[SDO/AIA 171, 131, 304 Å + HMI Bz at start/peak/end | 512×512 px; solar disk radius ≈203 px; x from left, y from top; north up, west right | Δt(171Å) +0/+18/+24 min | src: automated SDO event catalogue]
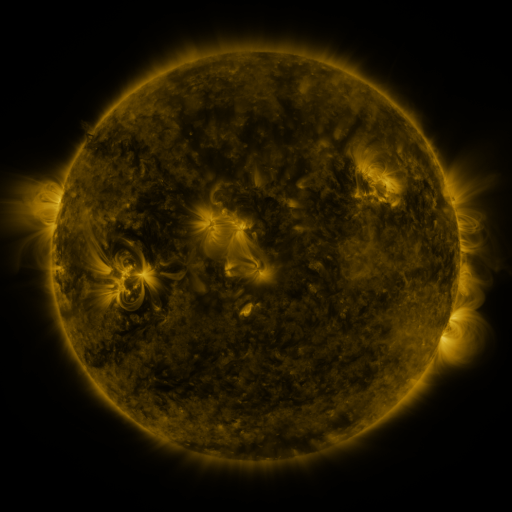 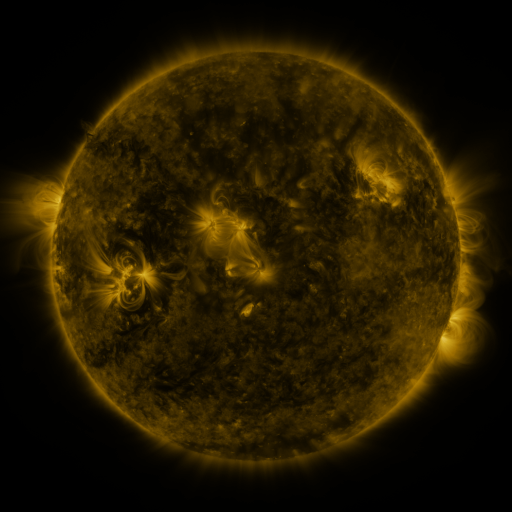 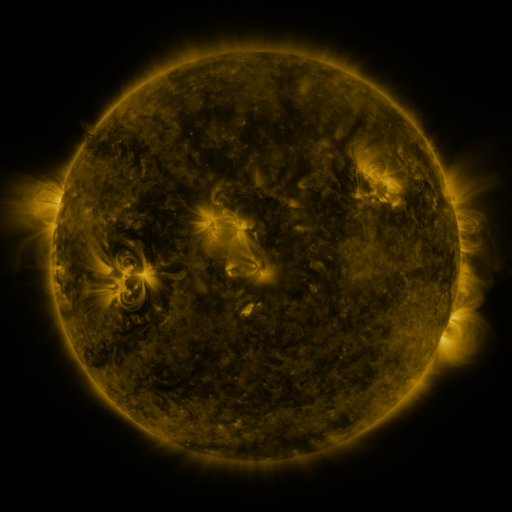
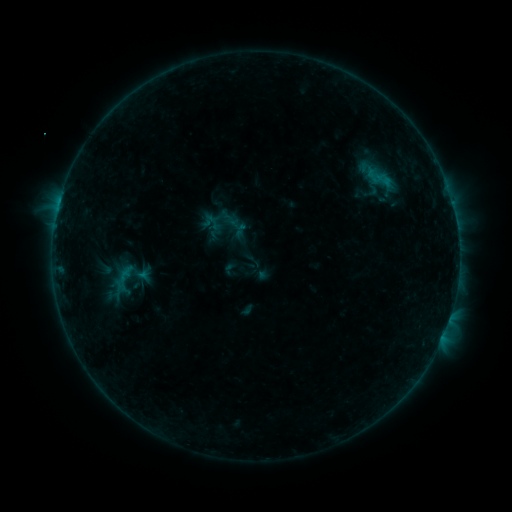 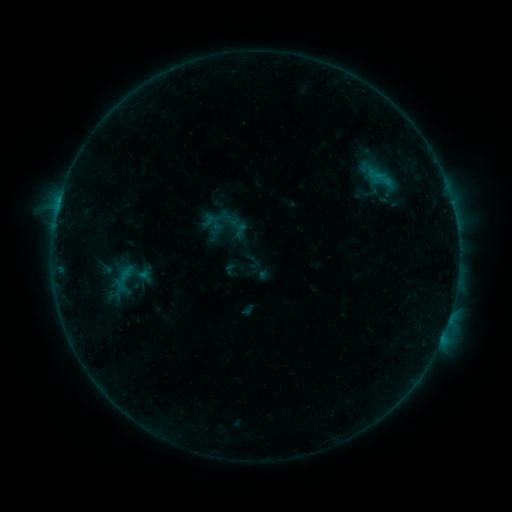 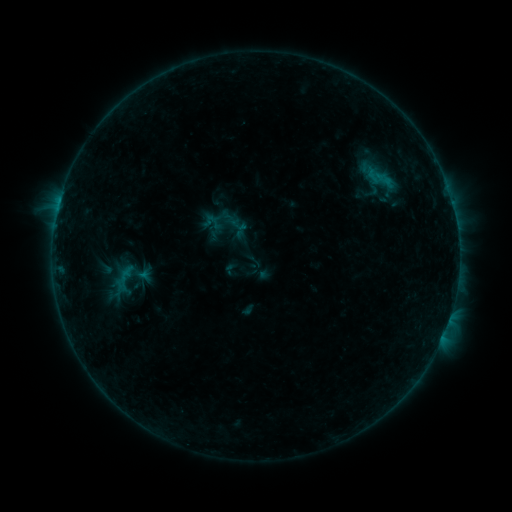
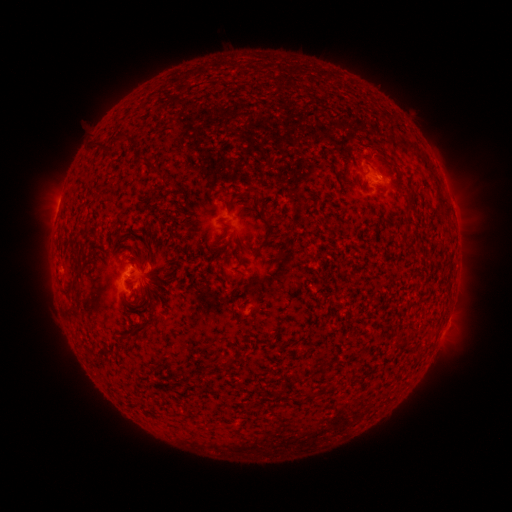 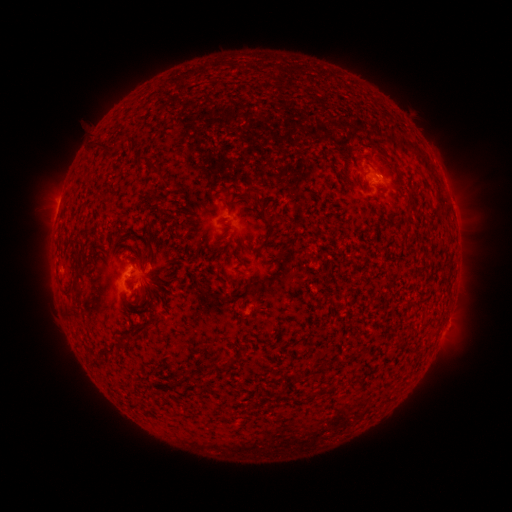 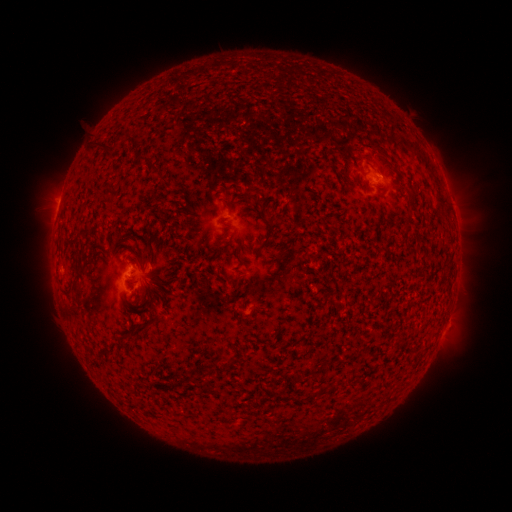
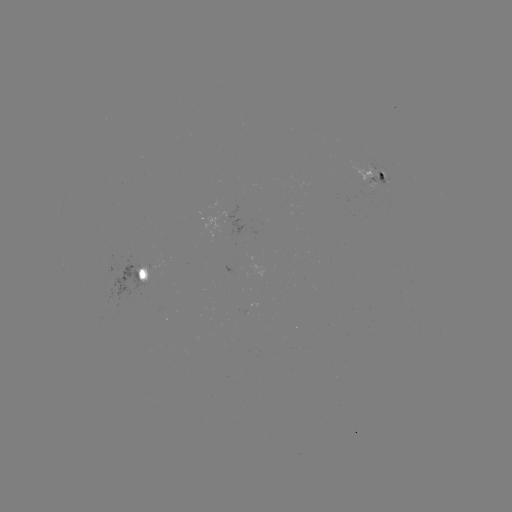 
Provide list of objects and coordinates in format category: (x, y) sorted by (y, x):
B4.1 flare: (62, 198)
